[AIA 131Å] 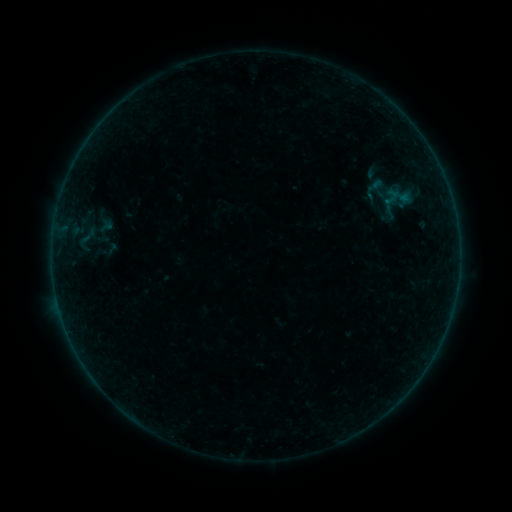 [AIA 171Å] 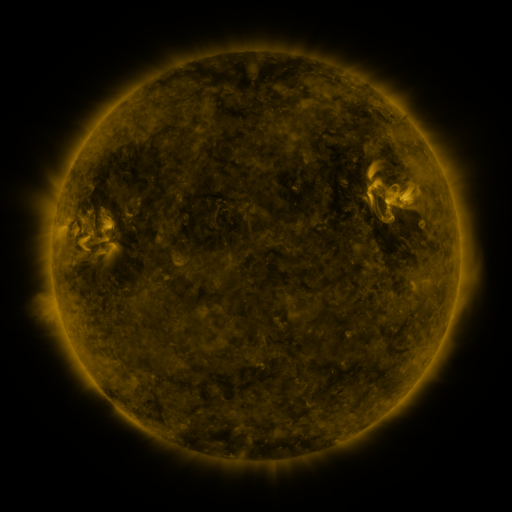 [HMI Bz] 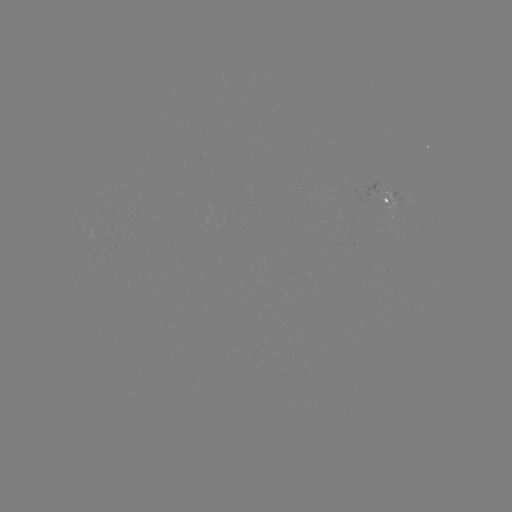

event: sigmoid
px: (375, 189)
